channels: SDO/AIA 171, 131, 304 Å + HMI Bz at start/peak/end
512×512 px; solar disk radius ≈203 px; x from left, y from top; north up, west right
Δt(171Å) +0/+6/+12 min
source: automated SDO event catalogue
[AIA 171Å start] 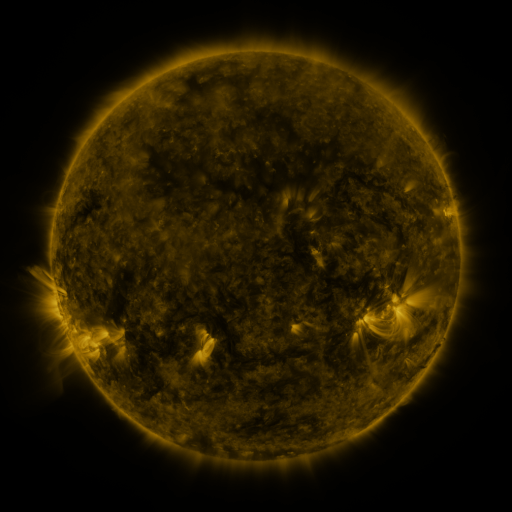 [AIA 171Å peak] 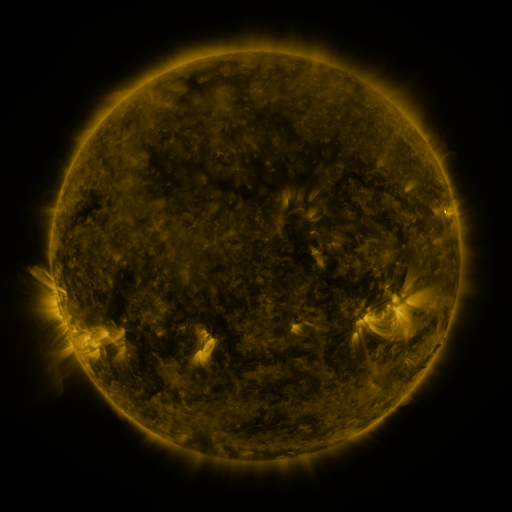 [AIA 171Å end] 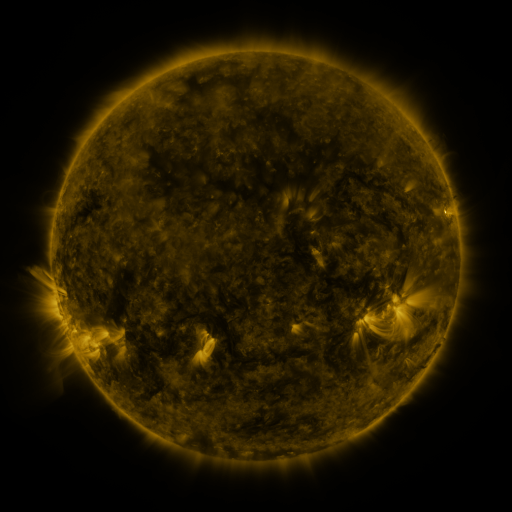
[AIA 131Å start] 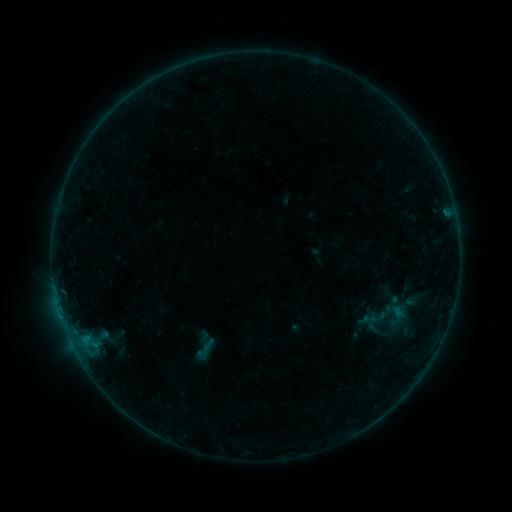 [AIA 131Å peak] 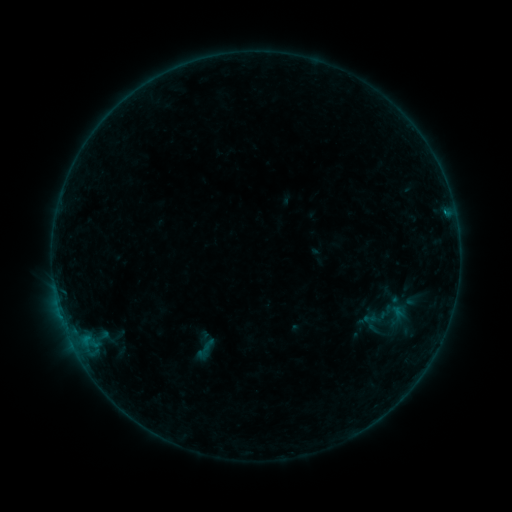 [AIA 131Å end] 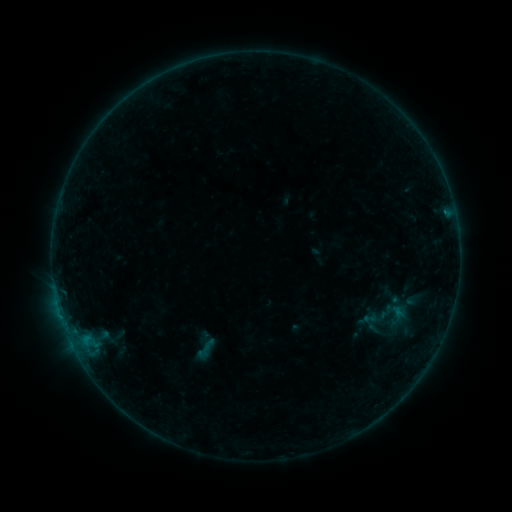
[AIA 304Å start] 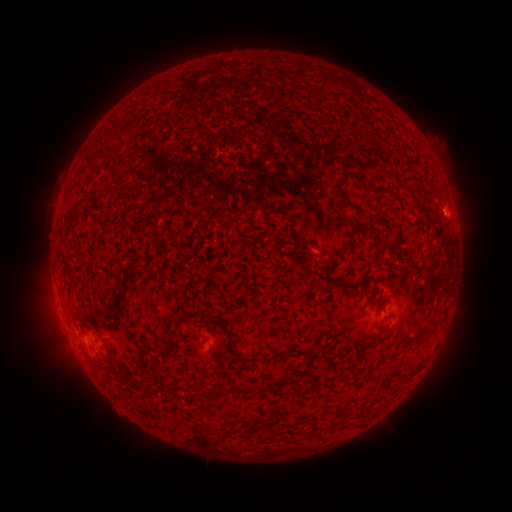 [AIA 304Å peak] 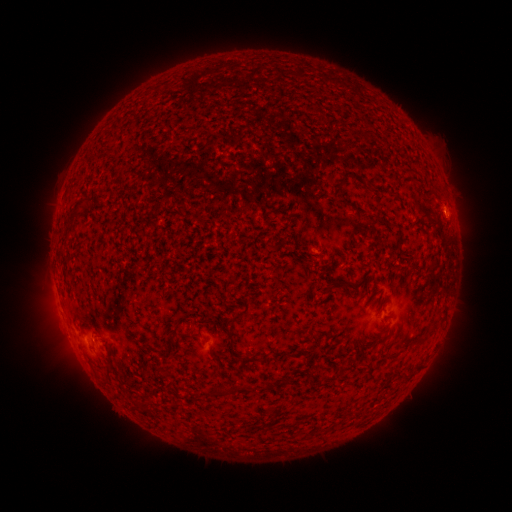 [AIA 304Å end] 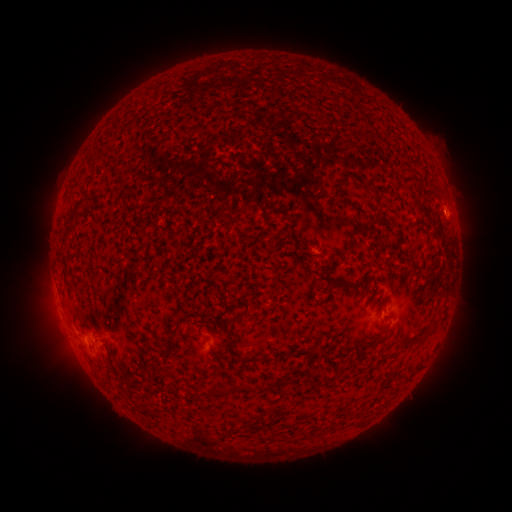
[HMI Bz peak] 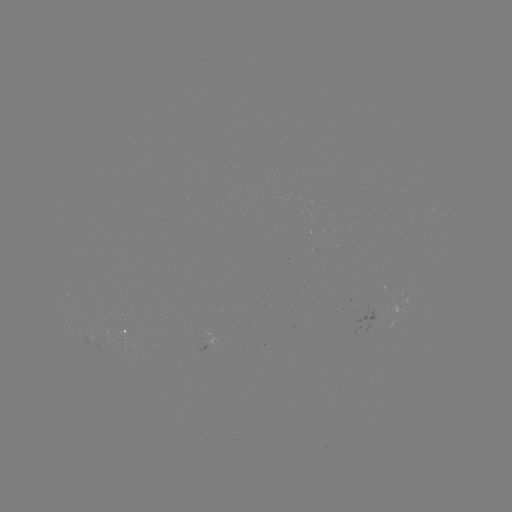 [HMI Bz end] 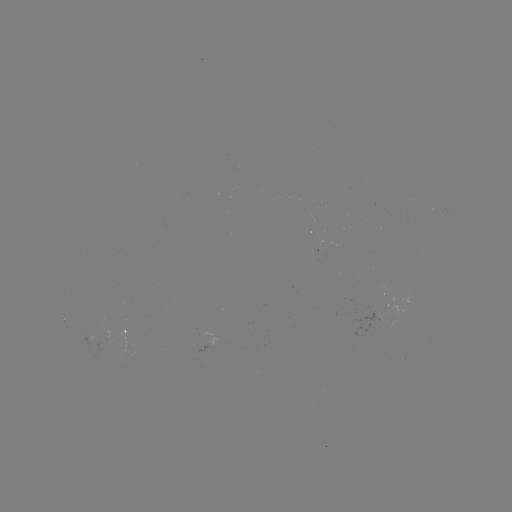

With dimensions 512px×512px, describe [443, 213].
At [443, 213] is B1.5 flare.